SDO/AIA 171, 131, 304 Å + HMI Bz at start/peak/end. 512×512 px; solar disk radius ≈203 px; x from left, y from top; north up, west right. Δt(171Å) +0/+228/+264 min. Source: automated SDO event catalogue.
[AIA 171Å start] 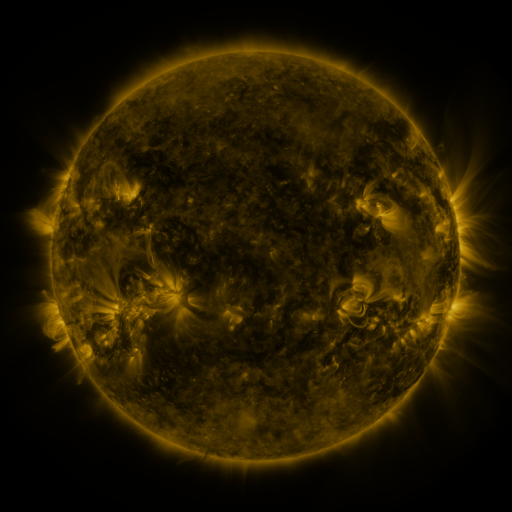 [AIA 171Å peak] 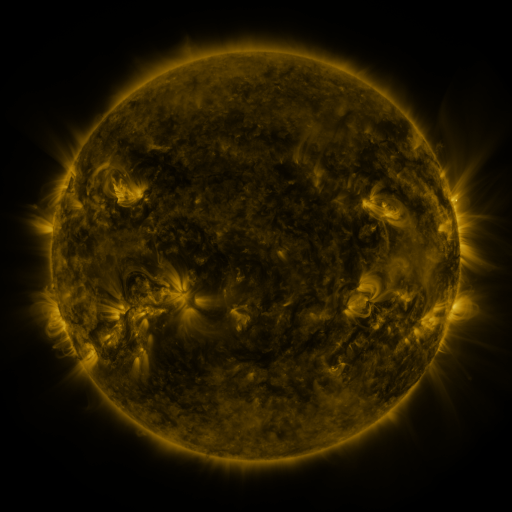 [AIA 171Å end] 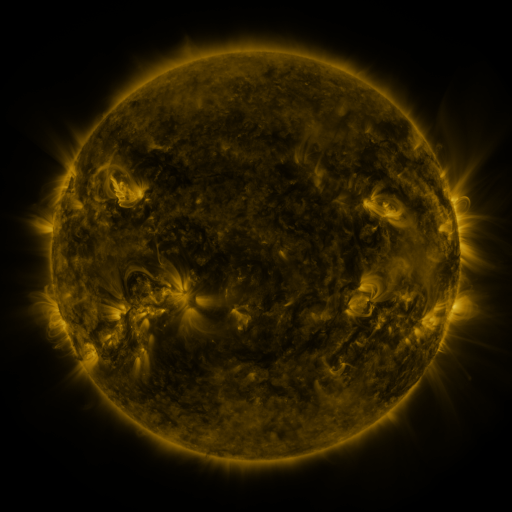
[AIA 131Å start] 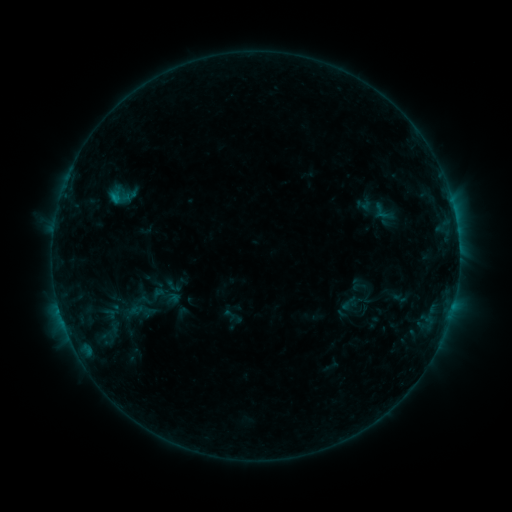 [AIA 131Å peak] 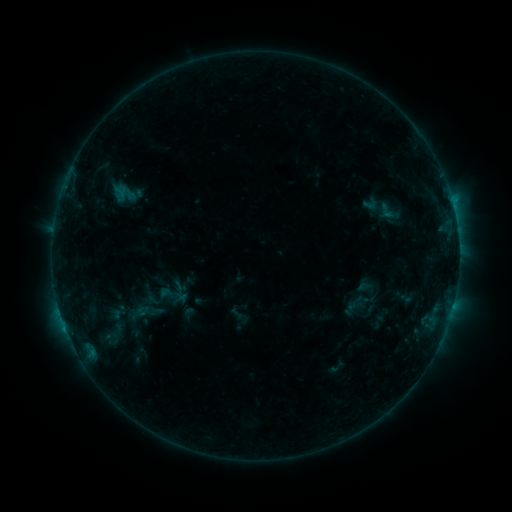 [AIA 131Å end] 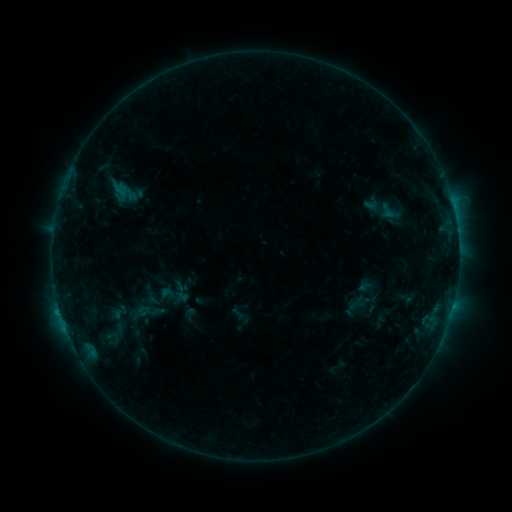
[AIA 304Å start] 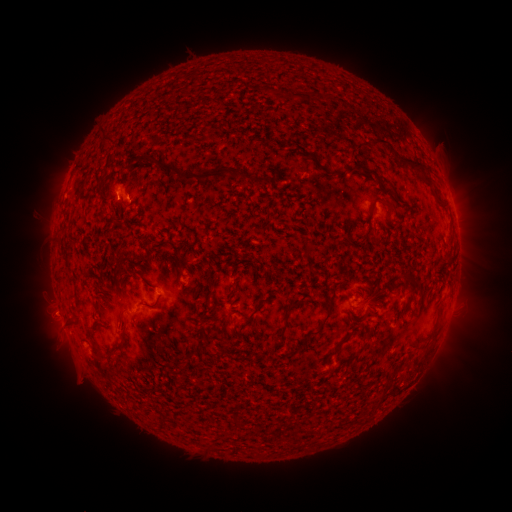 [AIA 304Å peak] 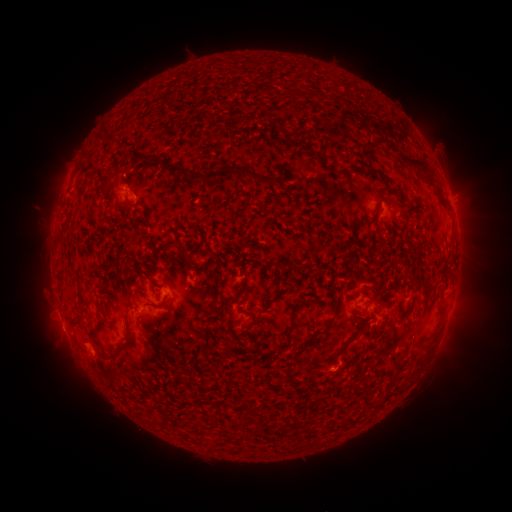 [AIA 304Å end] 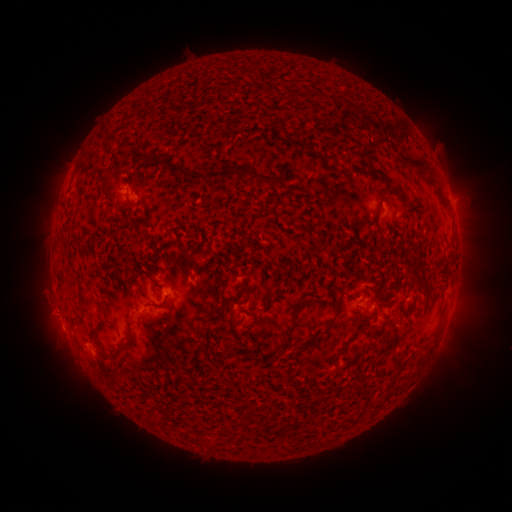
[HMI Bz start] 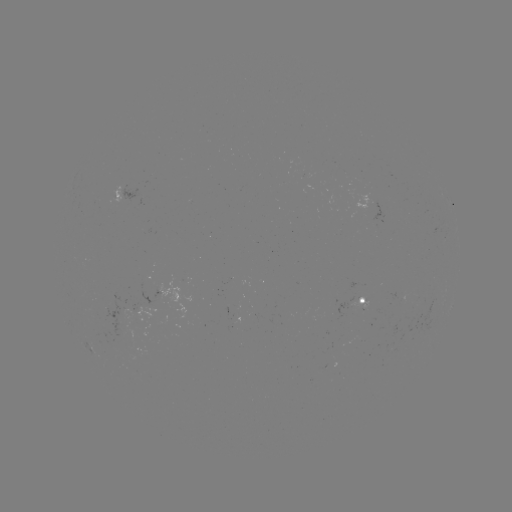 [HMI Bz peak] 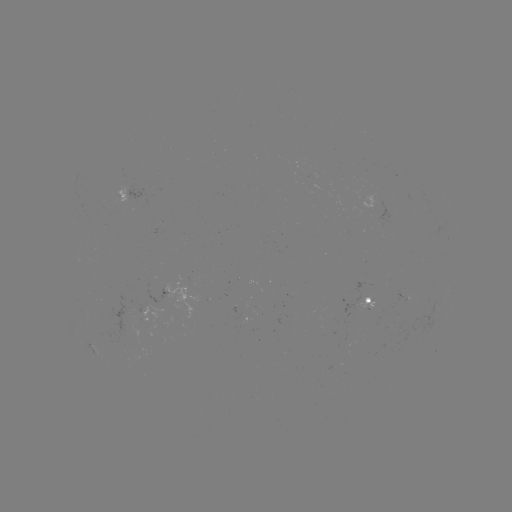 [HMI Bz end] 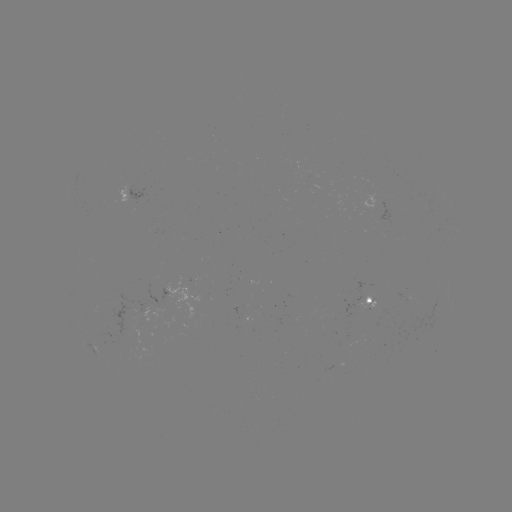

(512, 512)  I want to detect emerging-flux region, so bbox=[358, 296, 375, 311].